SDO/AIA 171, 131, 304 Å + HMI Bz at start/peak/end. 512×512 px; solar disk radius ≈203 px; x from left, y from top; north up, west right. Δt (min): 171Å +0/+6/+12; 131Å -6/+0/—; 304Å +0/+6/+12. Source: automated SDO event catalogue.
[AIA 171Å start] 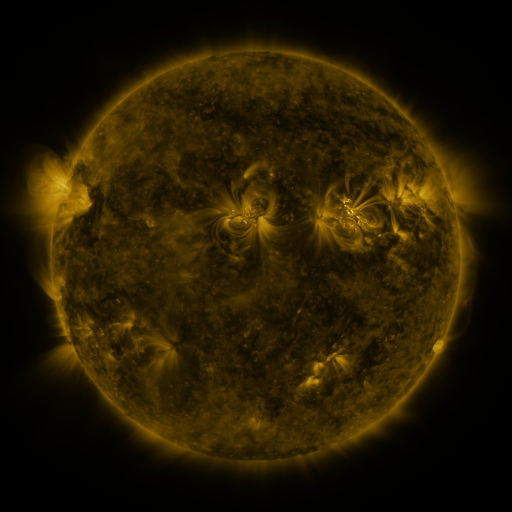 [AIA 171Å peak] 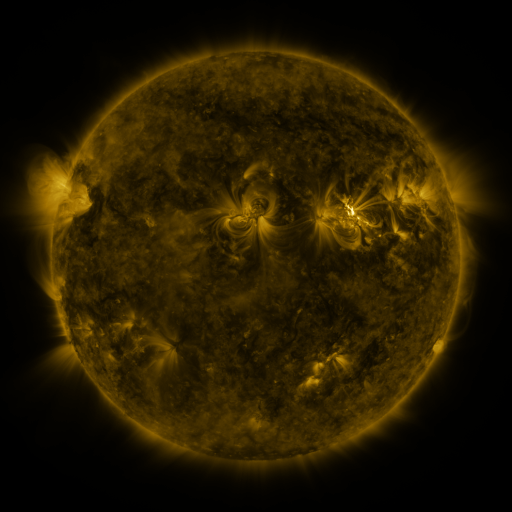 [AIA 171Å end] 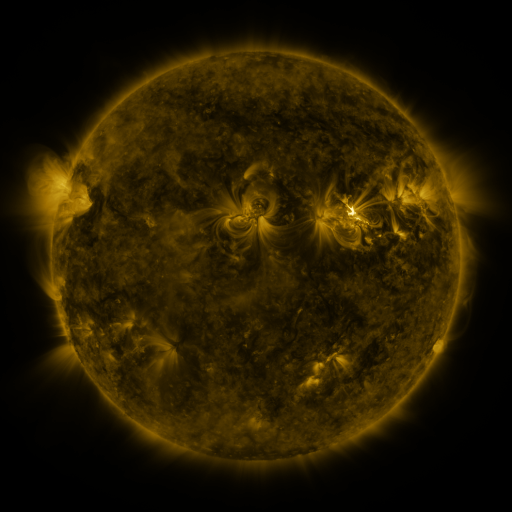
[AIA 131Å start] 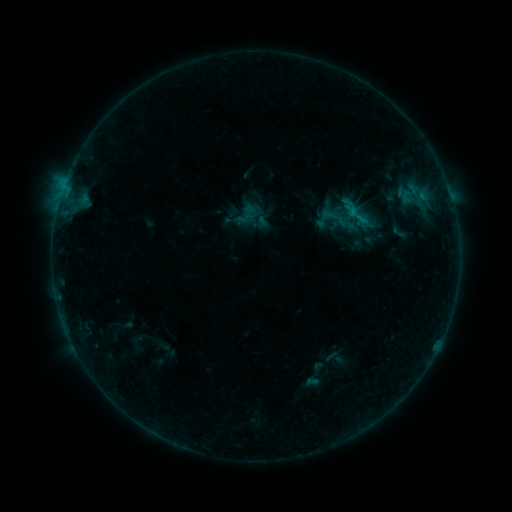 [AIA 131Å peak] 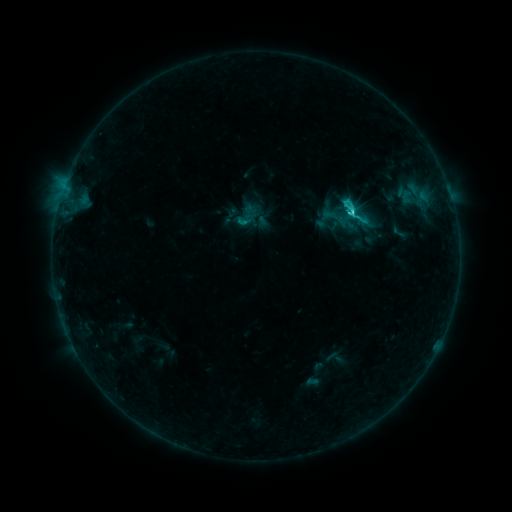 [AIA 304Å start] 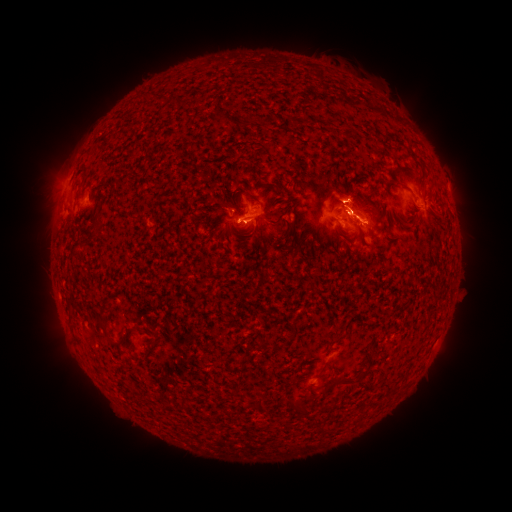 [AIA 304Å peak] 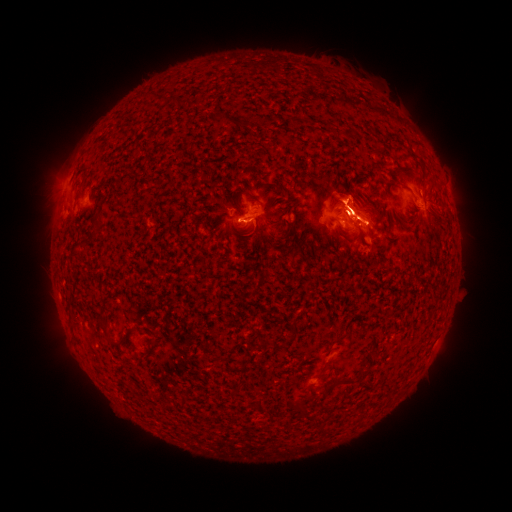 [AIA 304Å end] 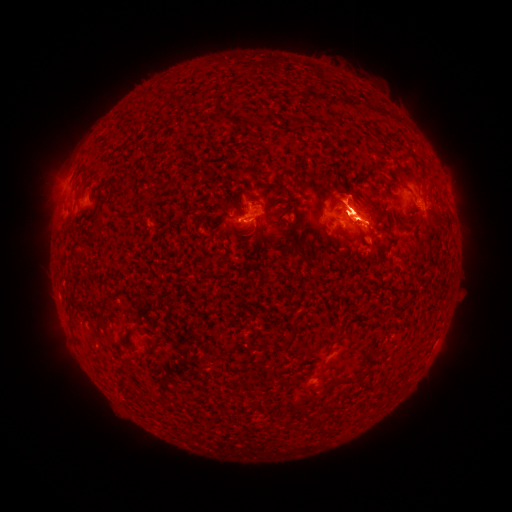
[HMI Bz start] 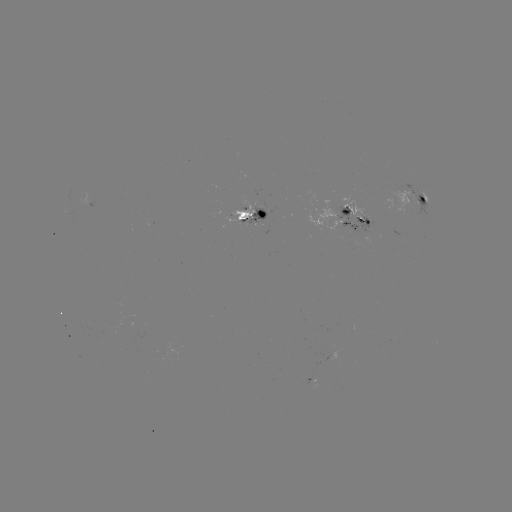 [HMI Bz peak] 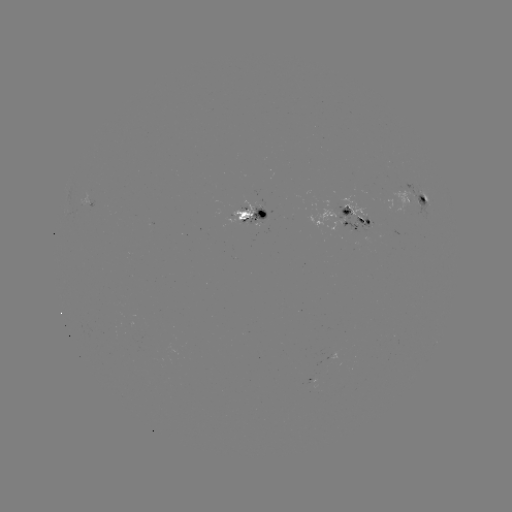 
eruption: (29, 139, 82, 234)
